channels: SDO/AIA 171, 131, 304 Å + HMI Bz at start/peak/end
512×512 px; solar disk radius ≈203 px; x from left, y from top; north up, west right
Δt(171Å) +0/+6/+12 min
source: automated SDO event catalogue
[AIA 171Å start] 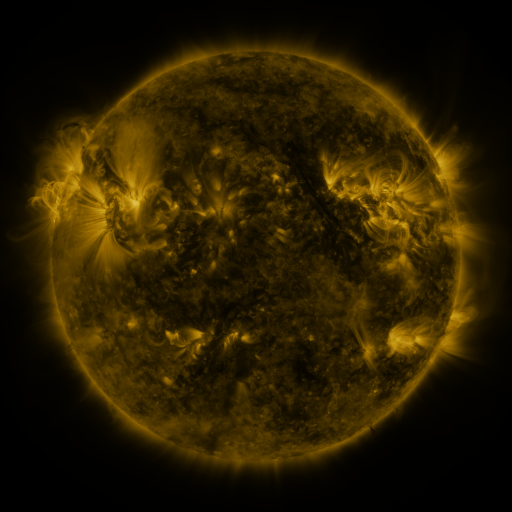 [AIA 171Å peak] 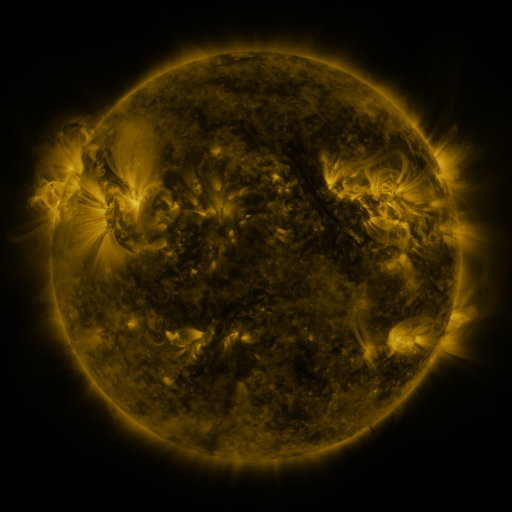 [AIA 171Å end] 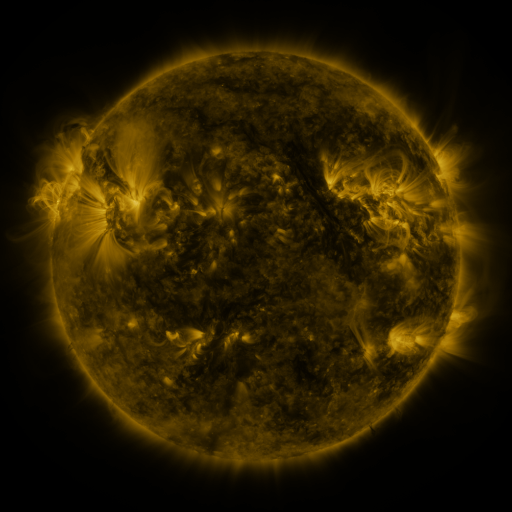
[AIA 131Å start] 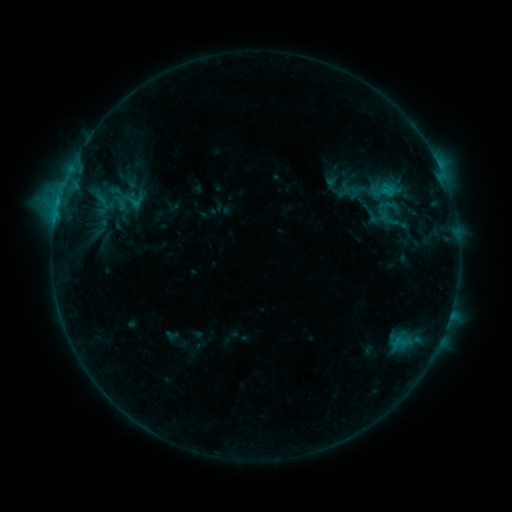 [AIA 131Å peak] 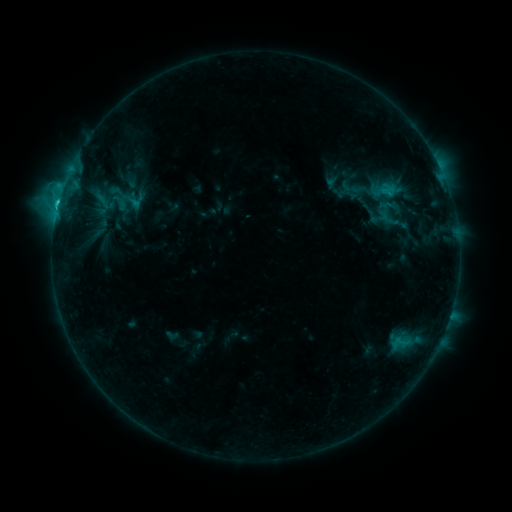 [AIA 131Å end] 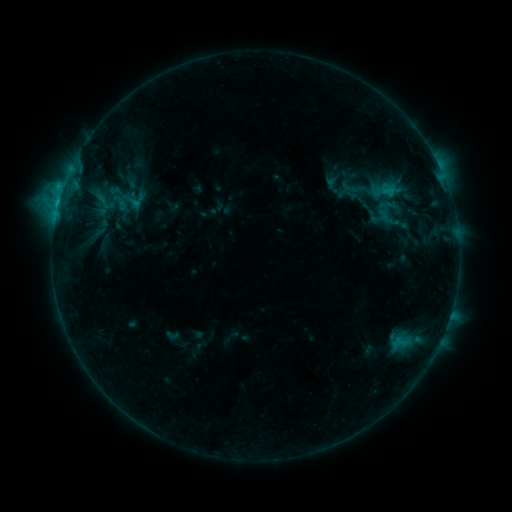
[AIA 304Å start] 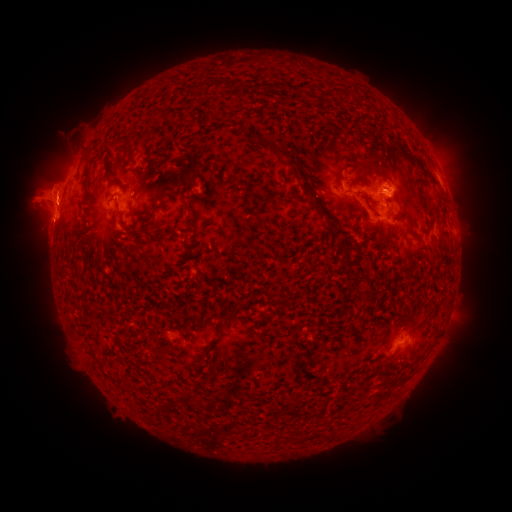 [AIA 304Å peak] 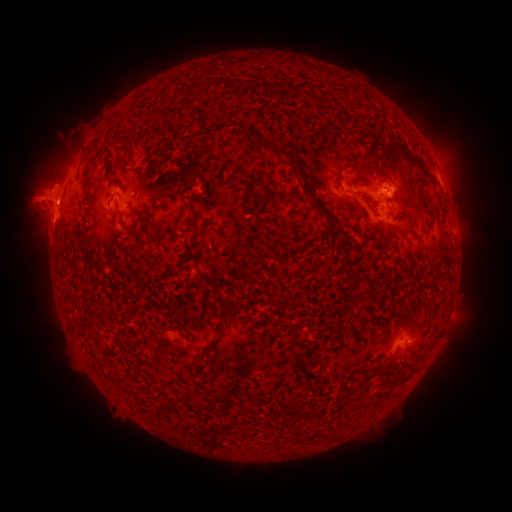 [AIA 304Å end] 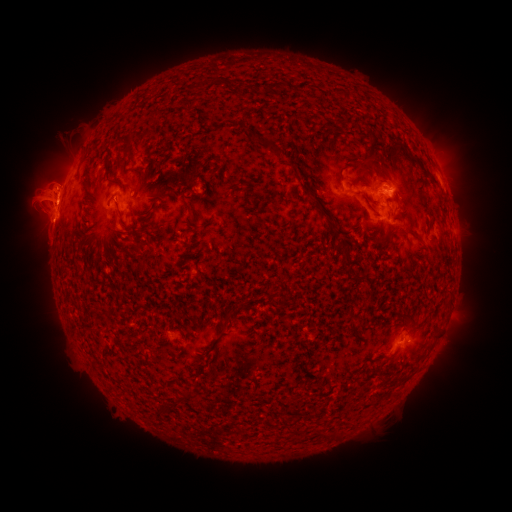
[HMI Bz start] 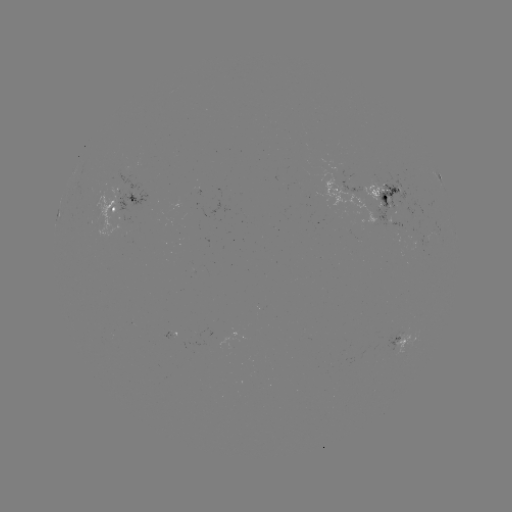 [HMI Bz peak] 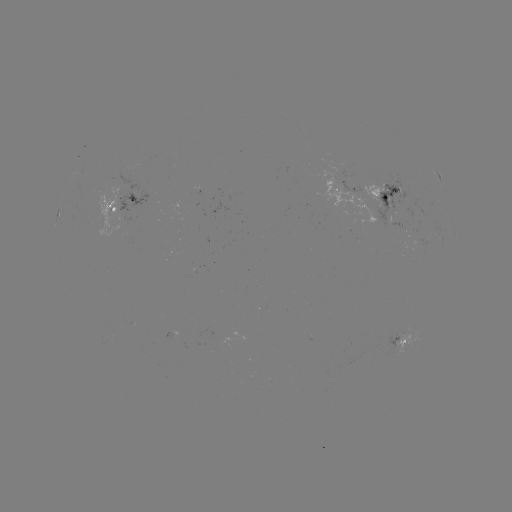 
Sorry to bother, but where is eruption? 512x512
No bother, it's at [53, 179].